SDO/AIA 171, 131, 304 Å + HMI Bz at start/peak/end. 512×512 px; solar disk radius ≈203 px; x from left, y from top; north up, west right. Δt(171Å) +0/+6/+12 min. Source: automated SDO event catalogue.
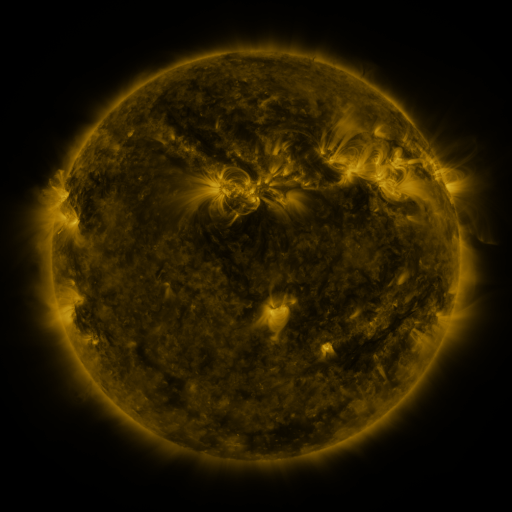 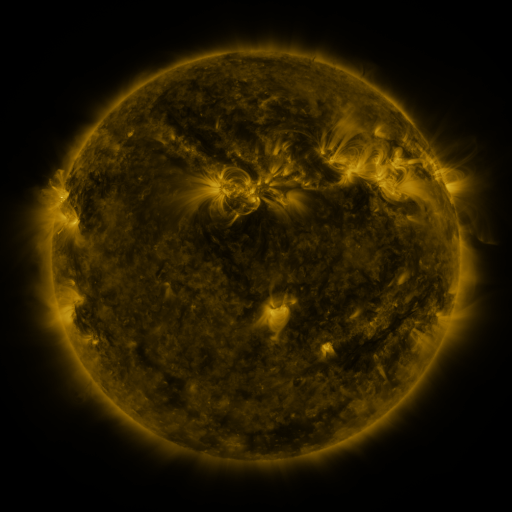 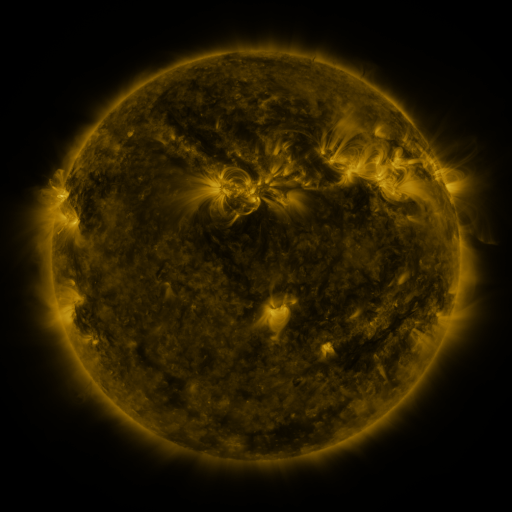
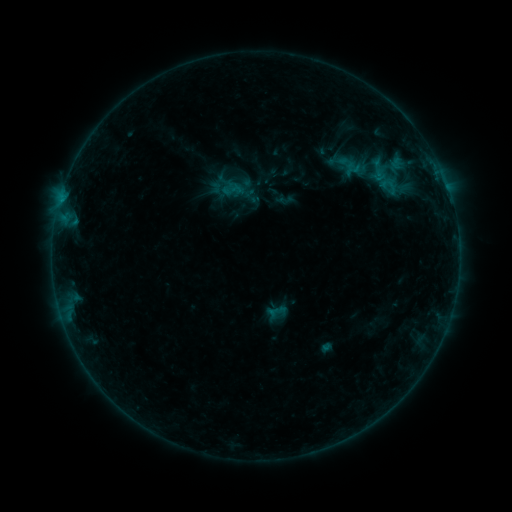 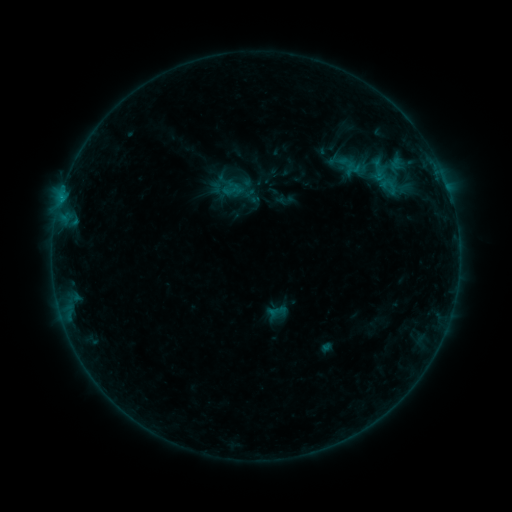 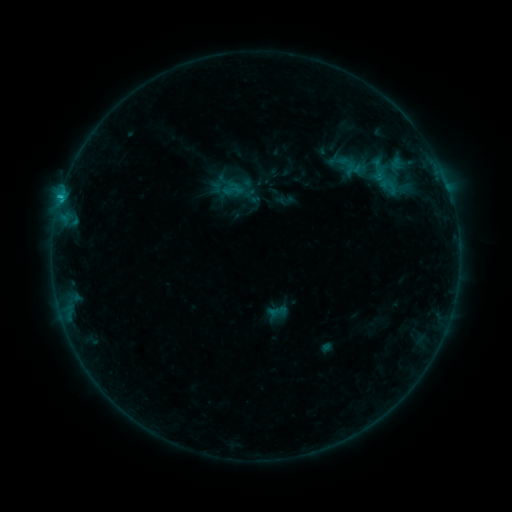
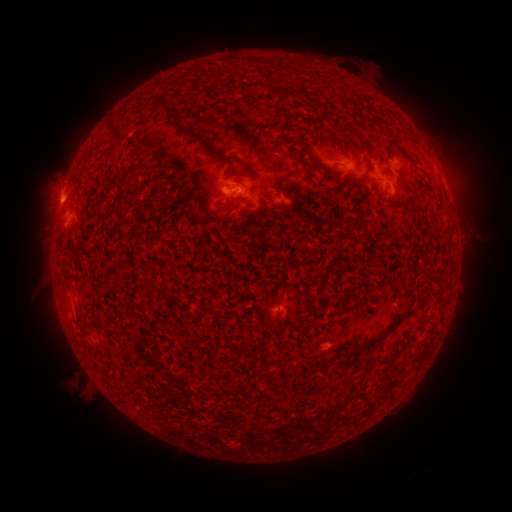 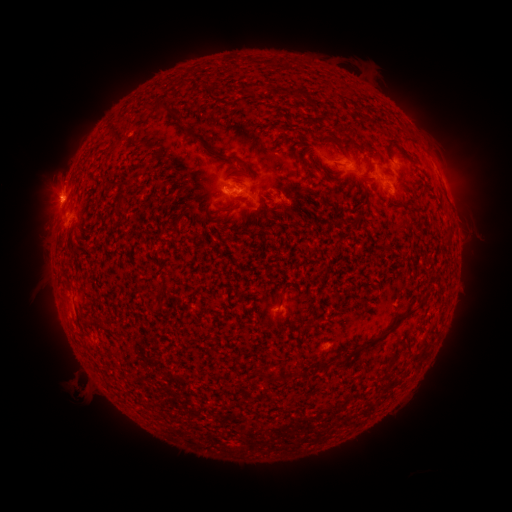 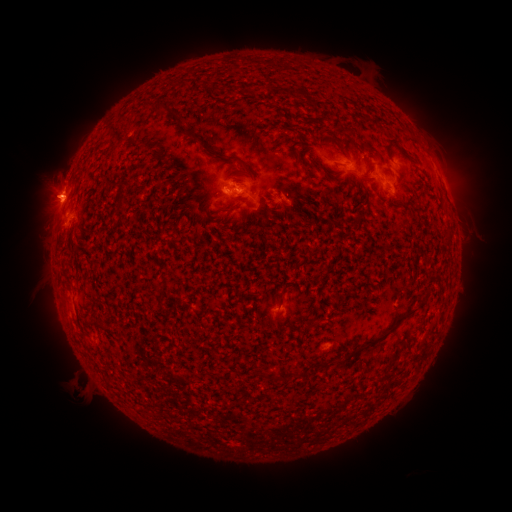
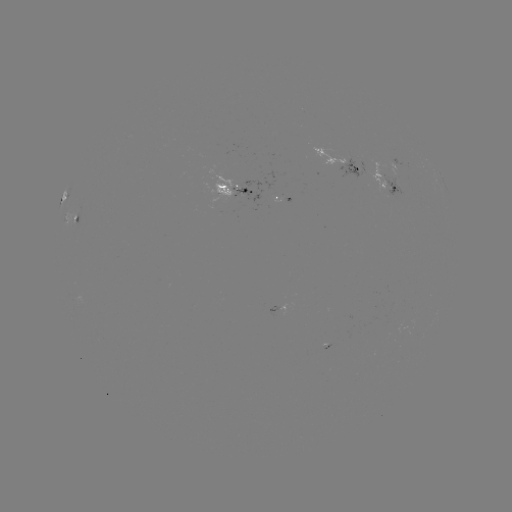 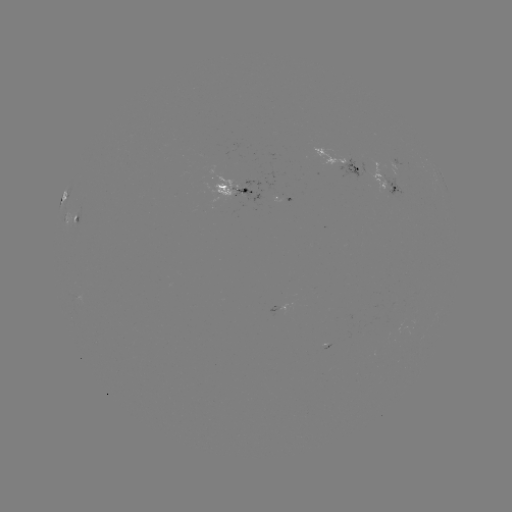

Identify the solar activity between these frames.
C2.5 flare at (61, 200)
